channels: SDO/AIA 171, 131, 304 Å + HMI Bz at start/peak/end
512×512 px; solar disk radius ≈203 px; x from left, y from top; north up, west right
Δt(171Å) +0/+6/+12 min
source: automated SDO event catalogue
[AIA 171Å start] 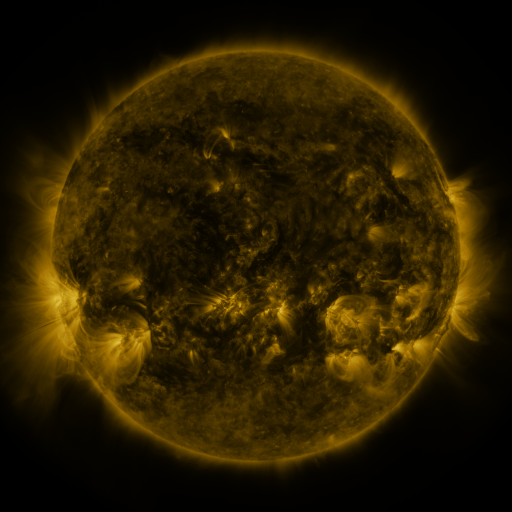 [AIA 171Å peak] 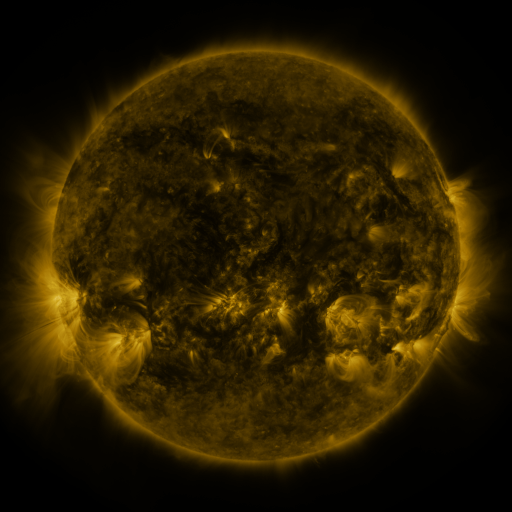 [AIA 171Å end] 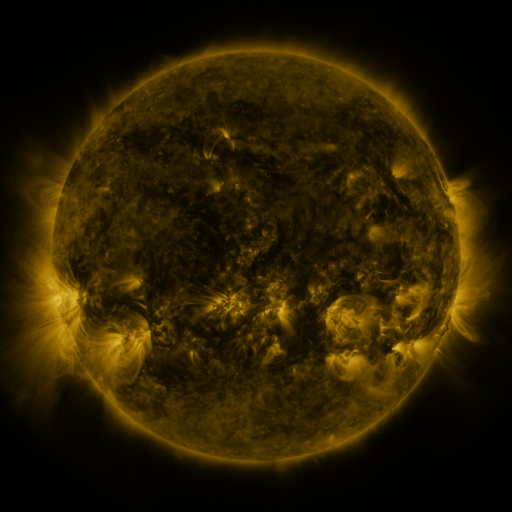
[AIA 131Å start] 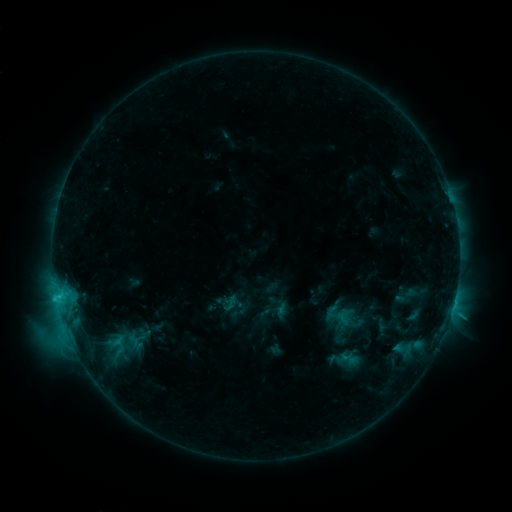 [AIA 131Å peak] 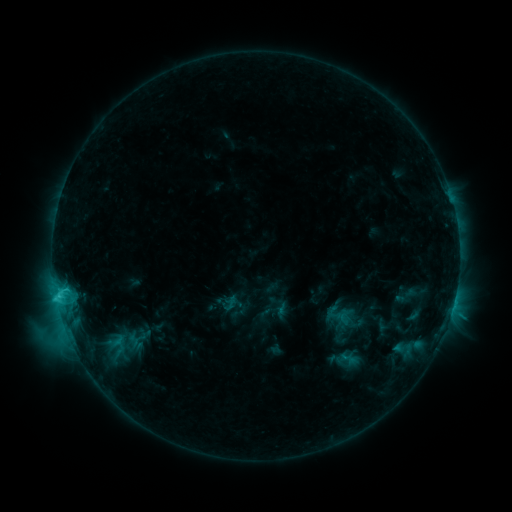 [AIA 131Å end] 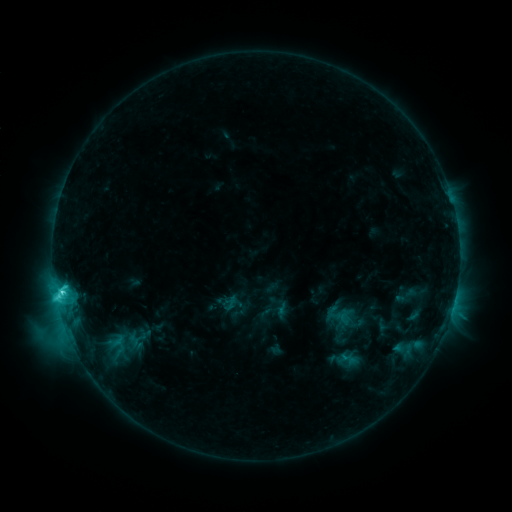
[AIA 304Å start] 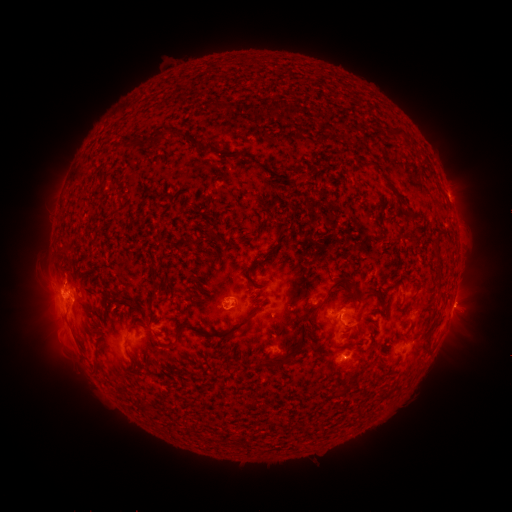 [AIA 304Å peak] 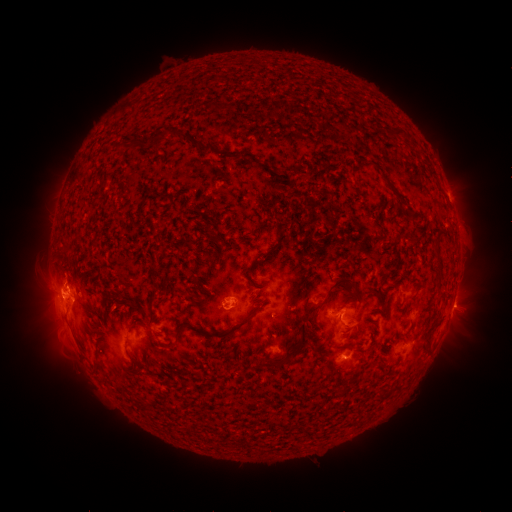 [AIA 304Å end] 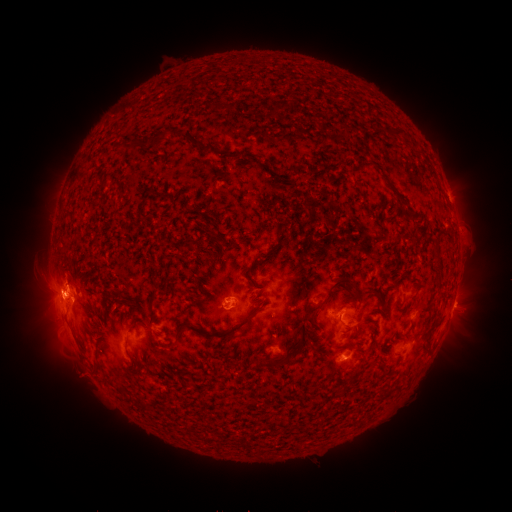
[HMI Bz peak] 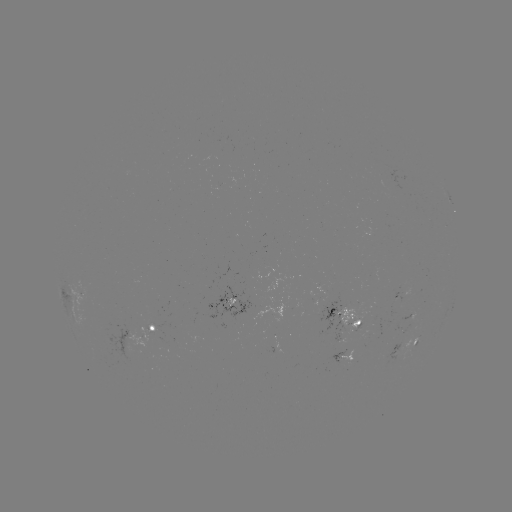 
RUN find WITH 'eruption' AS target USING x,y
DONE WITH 53,286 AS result